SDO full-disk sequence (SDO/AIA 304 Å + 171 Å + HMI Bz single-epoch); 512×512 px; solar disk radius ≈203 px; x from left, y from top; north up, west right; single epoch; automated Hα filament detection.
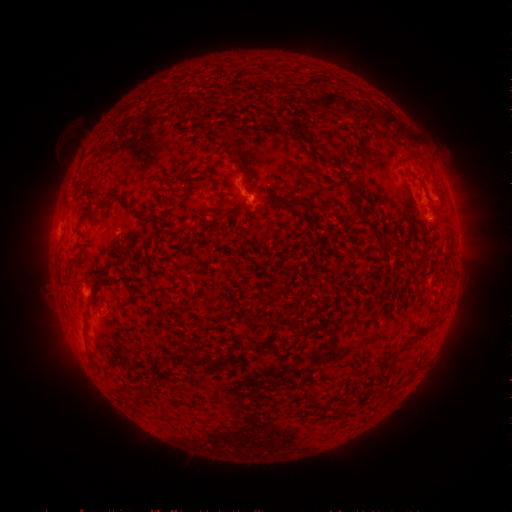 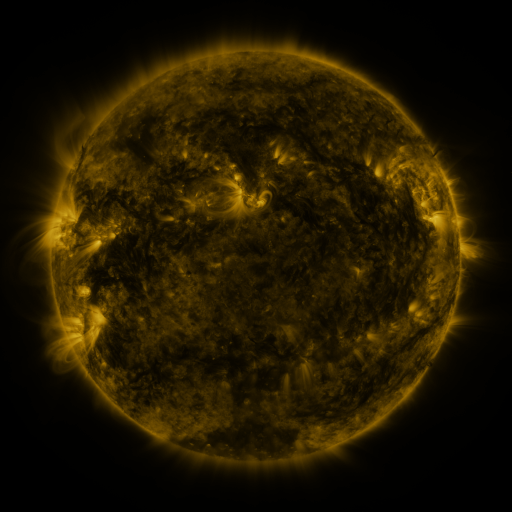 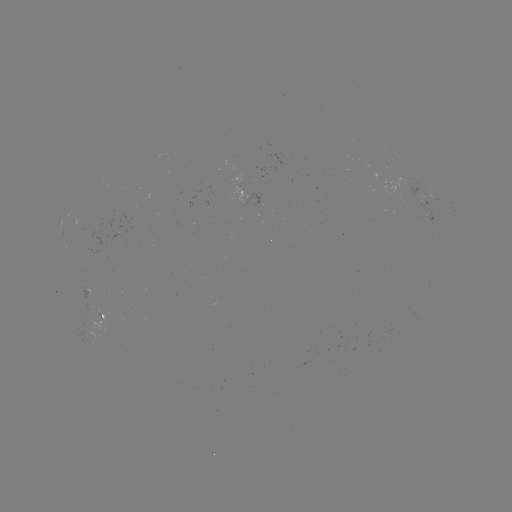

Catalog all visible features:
filament: (320, 95, 338, 111)
filament: (343, 105, 353, 119)
filament: (367, 111, 379, 125)
filament: (383, 113, 396, 131)
filament: (294, 126, 307, 139)
filament: (240, 162, 249, 172)
filament: (105, 191, 132, 207)
filament: (288, 195, 304, 207)
filament: (352, 195, 365, 219)
filament: (373, 232, 383, 247)
filament: (81, 309, 89, 335)
filament: (244, 330, 280, 355)
filament: (186, 354, 209, 366)
filament: (139, 385, 149, 395)
